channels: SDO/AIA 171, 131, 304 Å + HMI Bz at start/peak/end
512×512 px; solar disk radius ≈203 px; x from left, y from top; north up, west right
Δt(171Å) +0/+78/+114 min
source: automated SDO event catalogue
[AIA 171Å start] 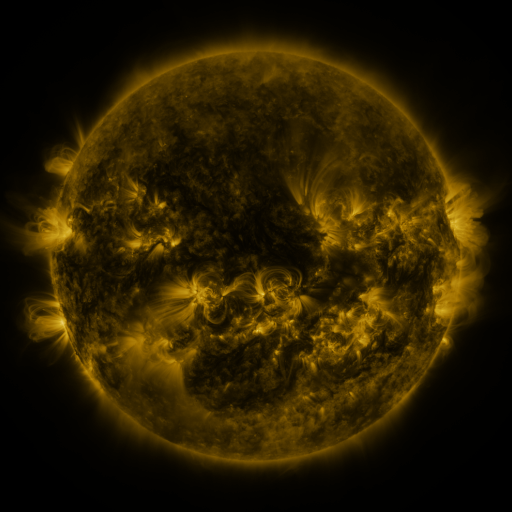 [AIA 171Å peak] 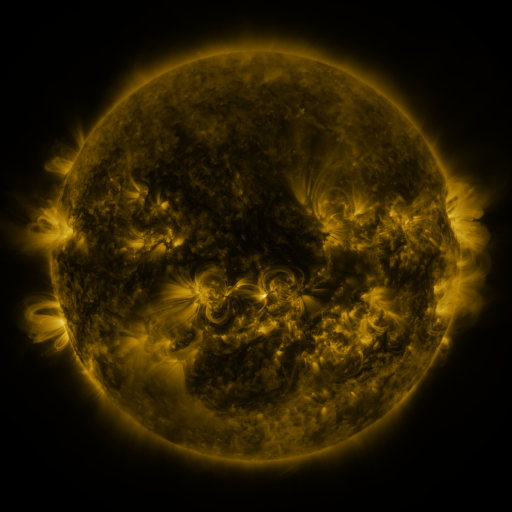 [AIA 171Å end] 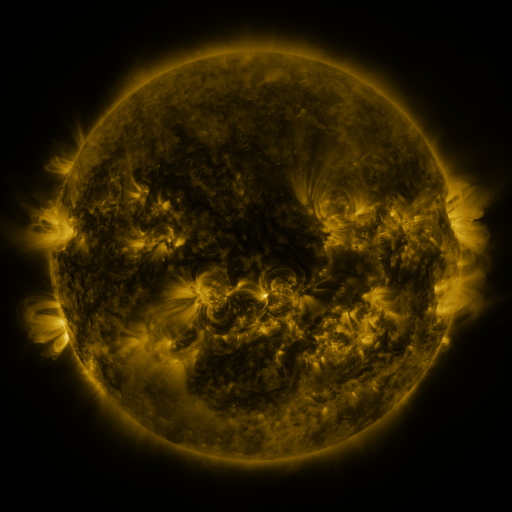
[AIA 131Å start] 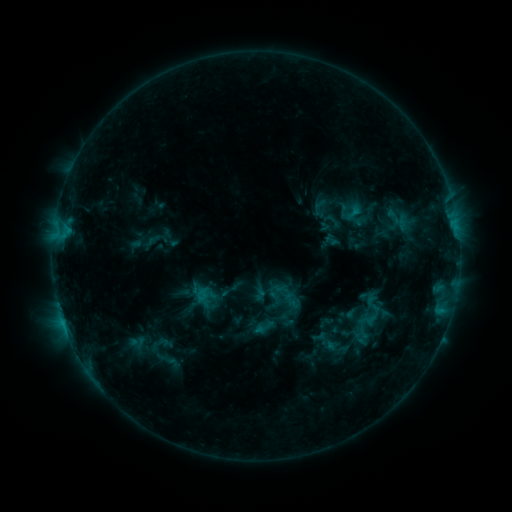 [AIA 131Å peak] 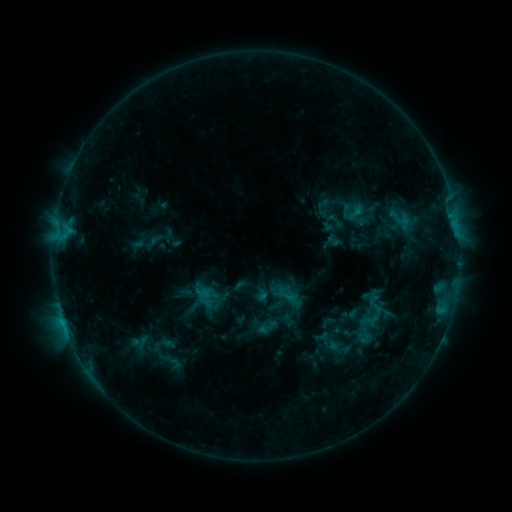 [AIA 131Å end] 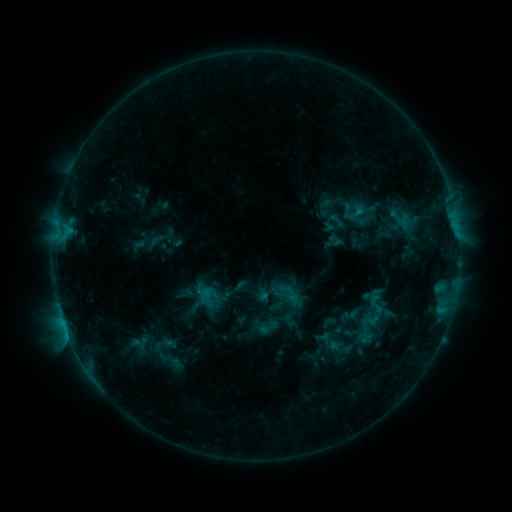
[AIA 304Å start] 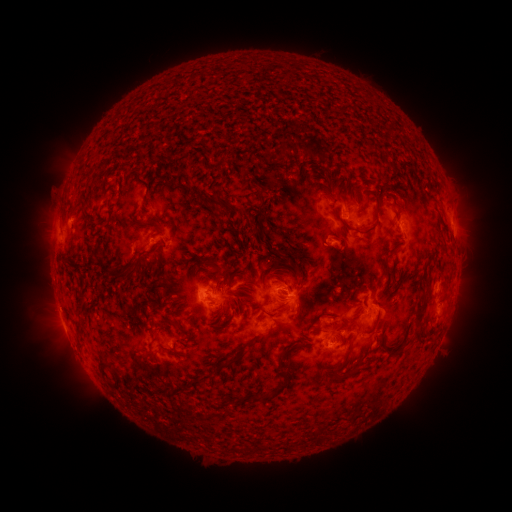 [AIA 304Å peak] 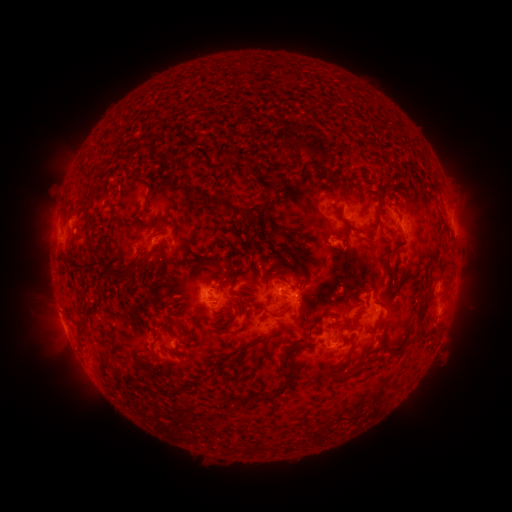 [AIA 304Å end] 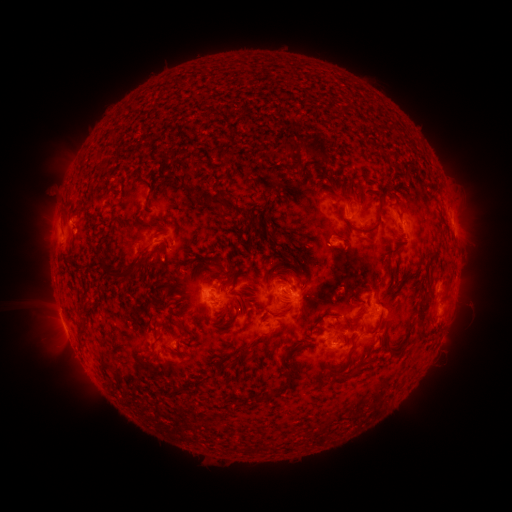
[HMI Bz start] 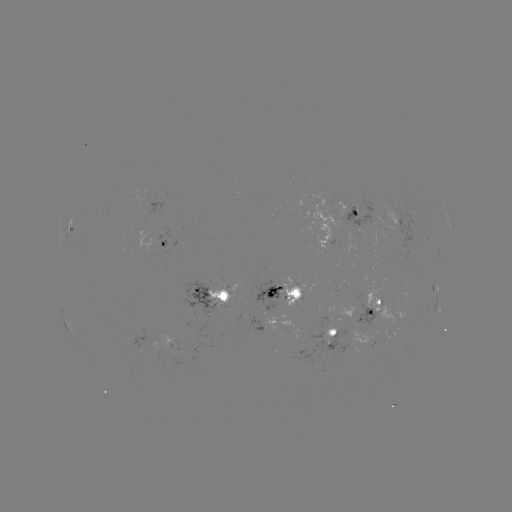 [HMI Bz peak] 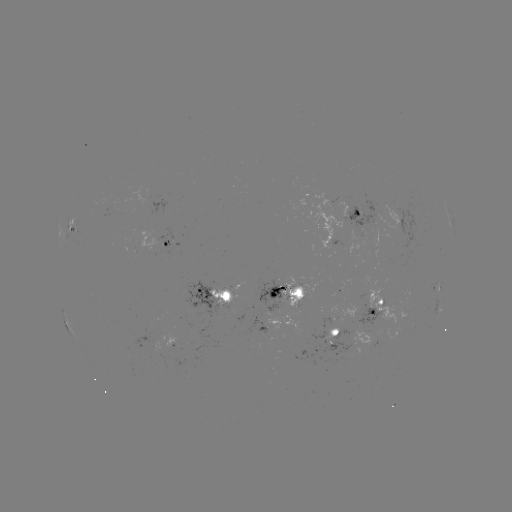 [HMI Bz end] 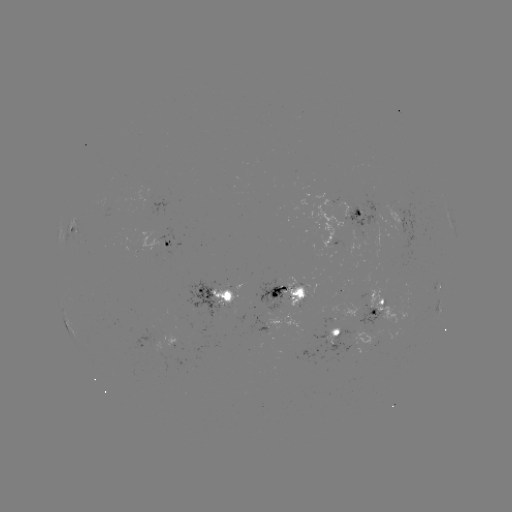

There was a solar emerging-flux region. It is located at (363, 222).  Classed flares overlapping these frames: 1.